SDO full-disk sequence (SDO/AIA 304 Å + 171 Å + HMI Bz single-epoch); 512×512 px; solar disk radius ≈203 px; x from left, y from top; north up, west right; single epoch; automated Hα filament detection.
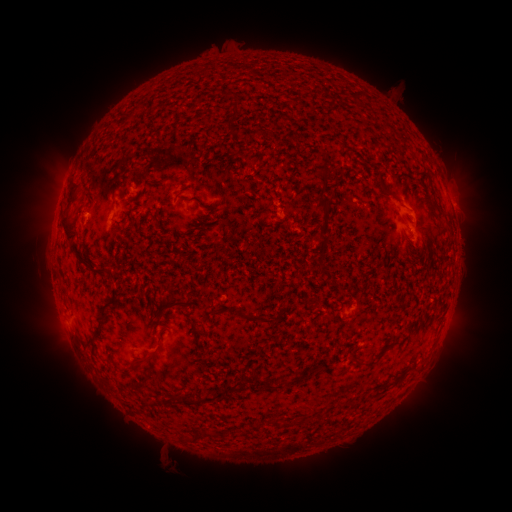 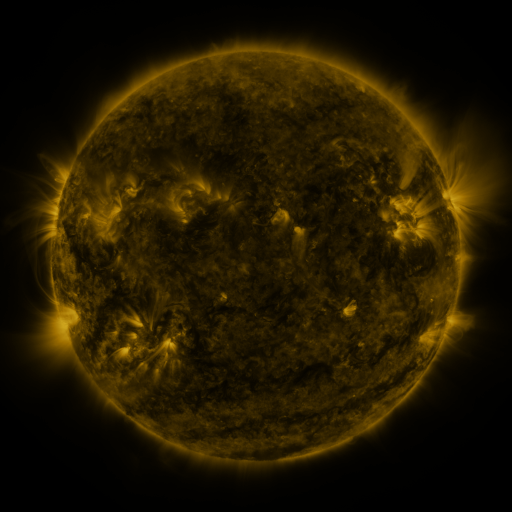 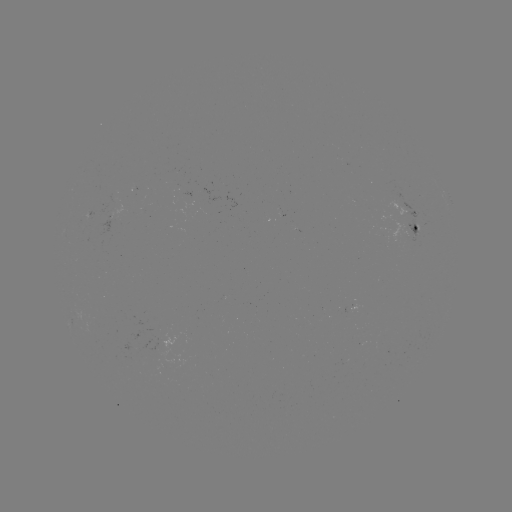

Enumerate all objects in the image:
filament: (134, 111)
filament: (236, 112)
filament: (323, 173)
filament: (160, 181)
filament: (380, 183)
filament: (73, 193)
filament: (114, 201)
filament: (323, 204)
filament: (265, 210)
filament: (76, 249)
filament: (175, 303)
filament: (106, 315)
filament: (257, 318)
filament: (144, 358)
filament: (374, 359)
filament: (265, 382)
filament: (241, 383)
filament: (204, 398)
filament: (275, 422)
